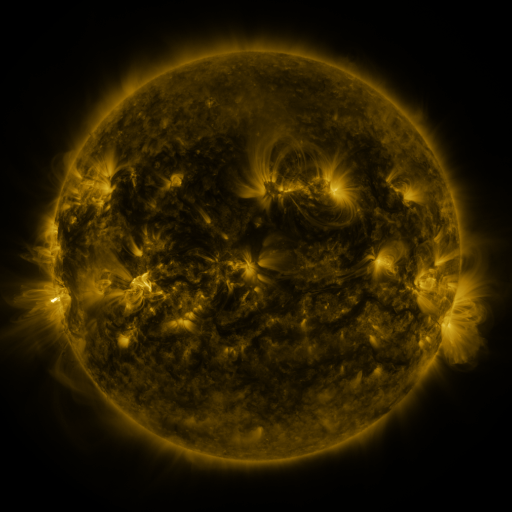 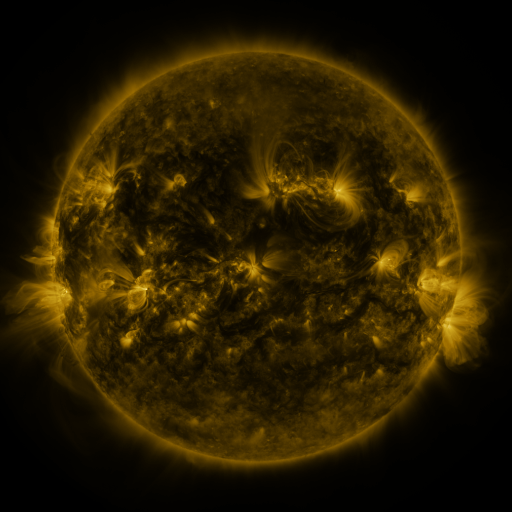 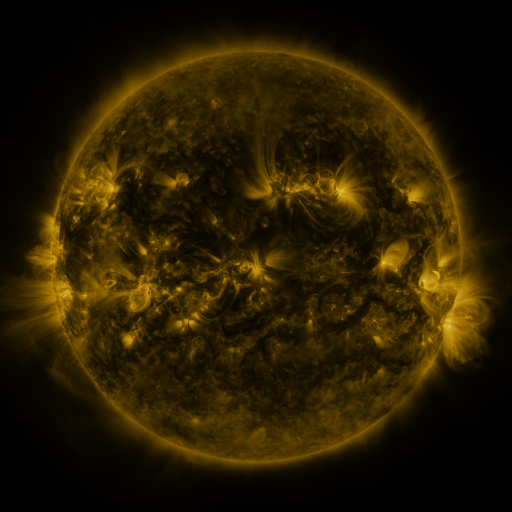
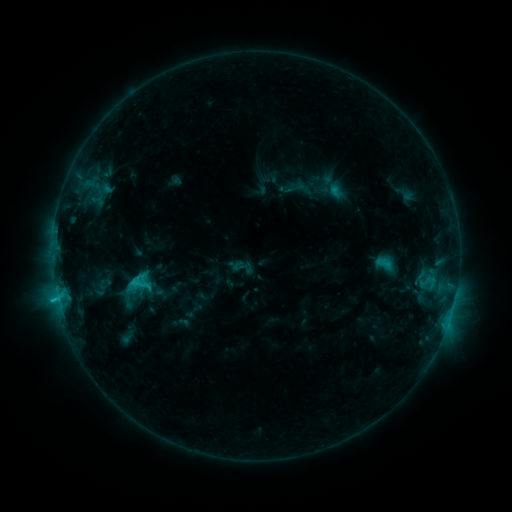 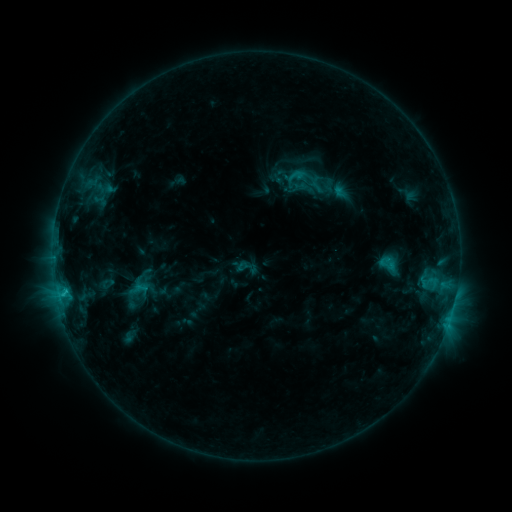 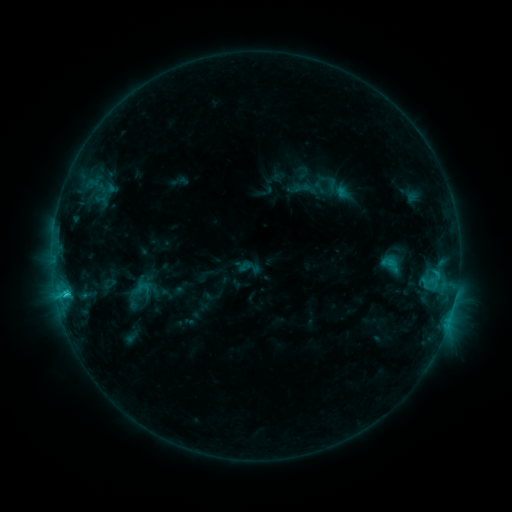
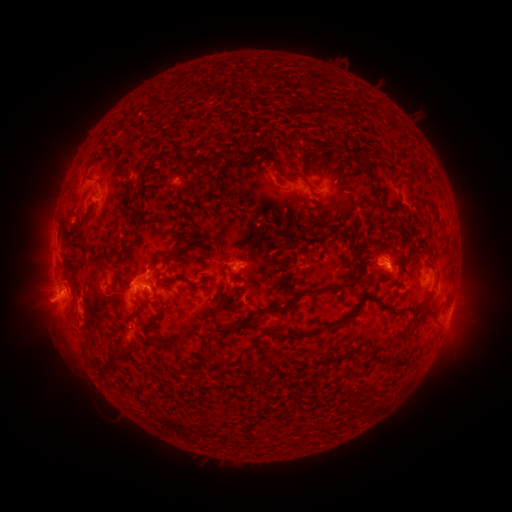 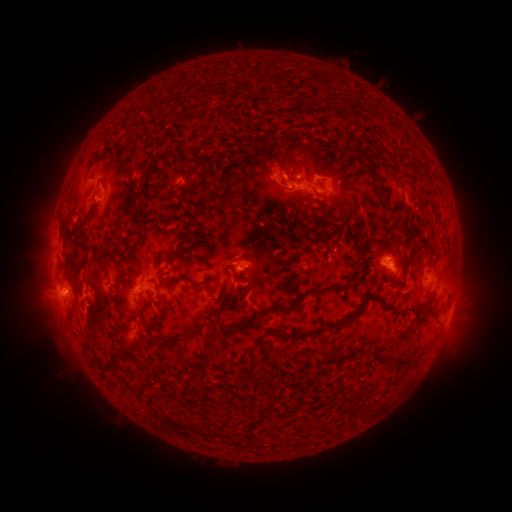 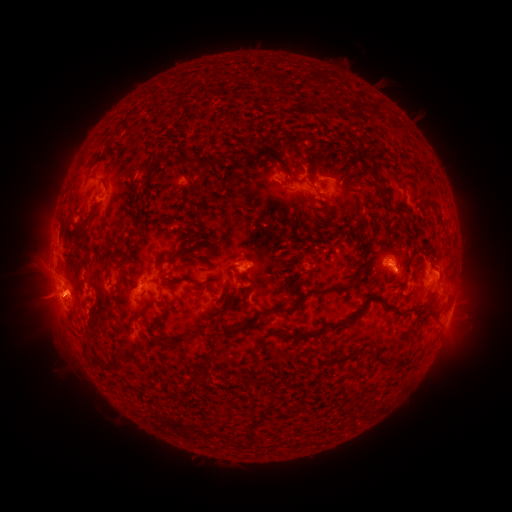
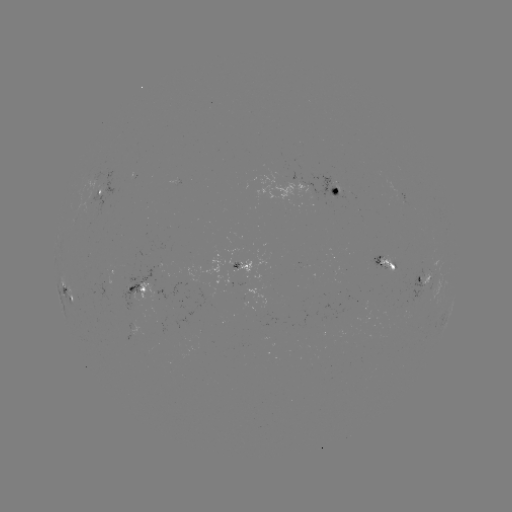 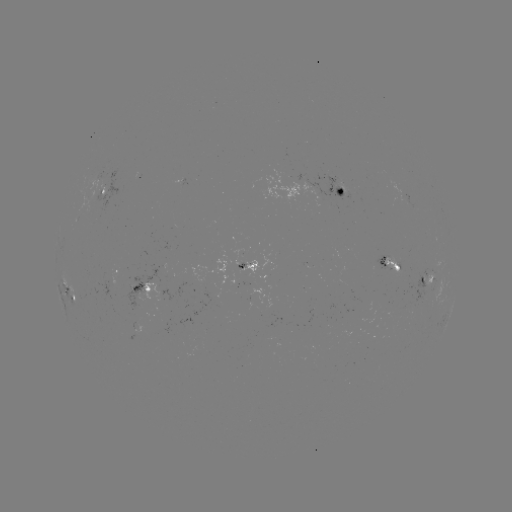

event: filament eruption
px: (296, 168)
